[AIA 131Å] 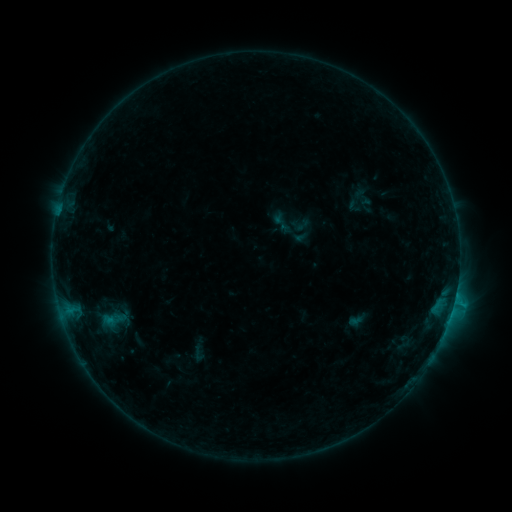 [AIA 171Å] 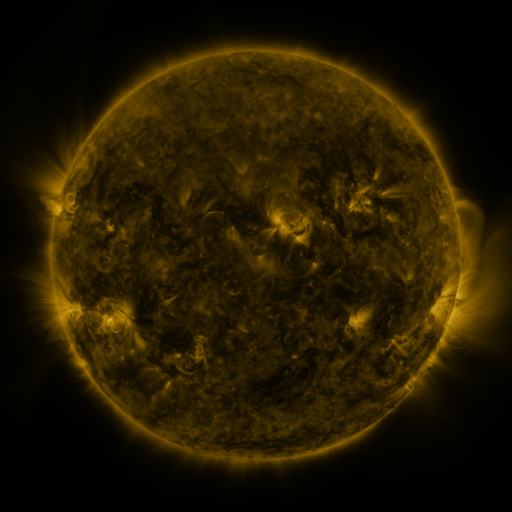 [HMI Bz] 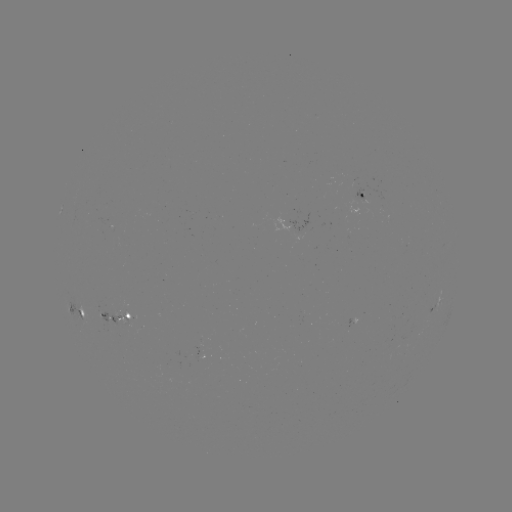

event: sigmoid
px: (302, 225)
